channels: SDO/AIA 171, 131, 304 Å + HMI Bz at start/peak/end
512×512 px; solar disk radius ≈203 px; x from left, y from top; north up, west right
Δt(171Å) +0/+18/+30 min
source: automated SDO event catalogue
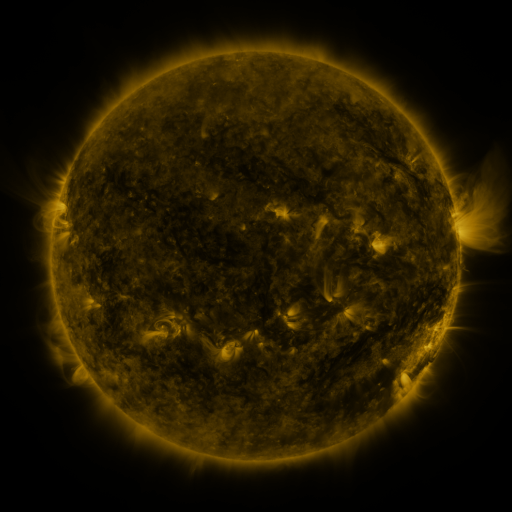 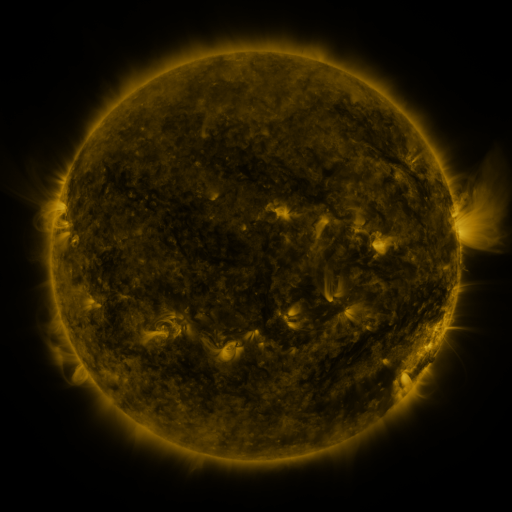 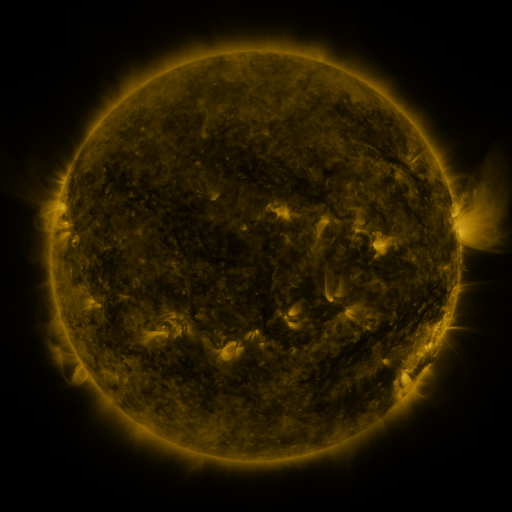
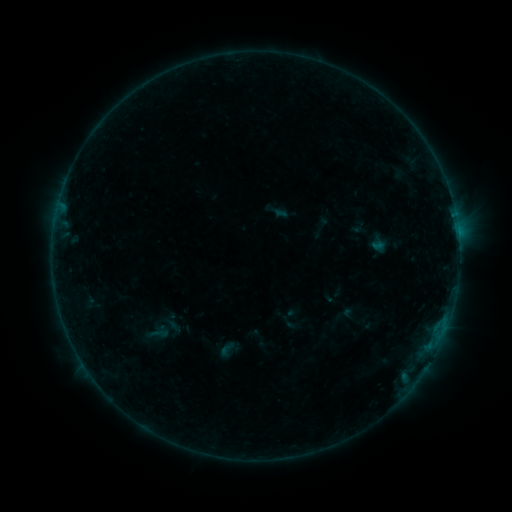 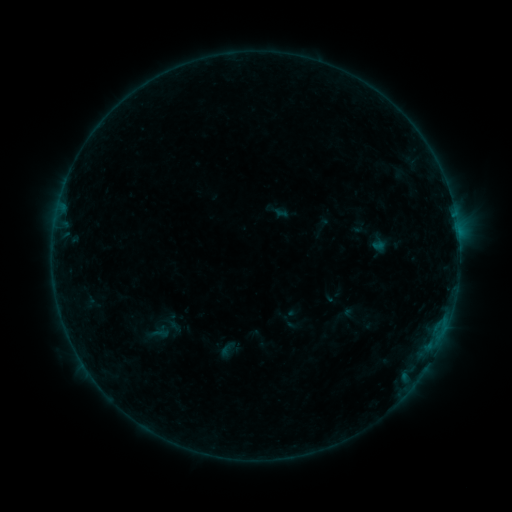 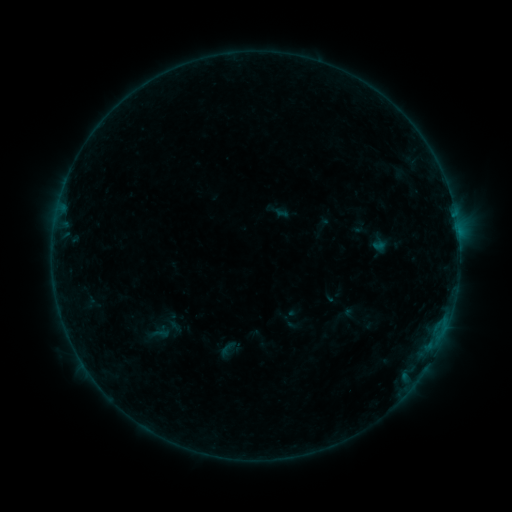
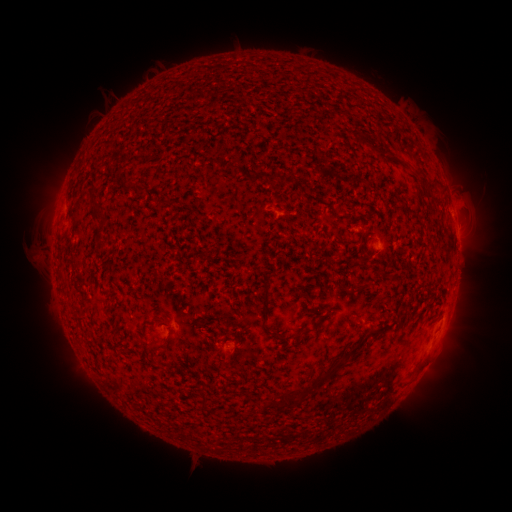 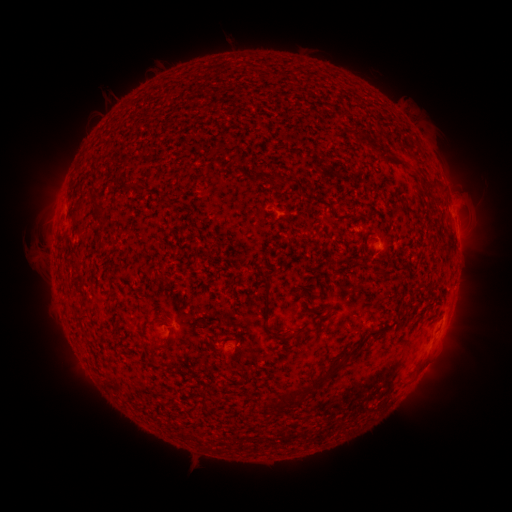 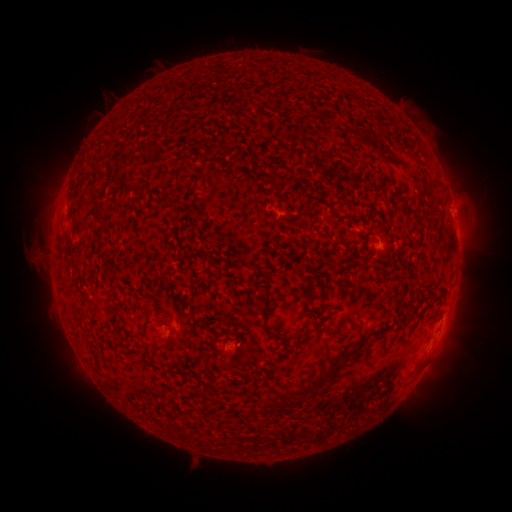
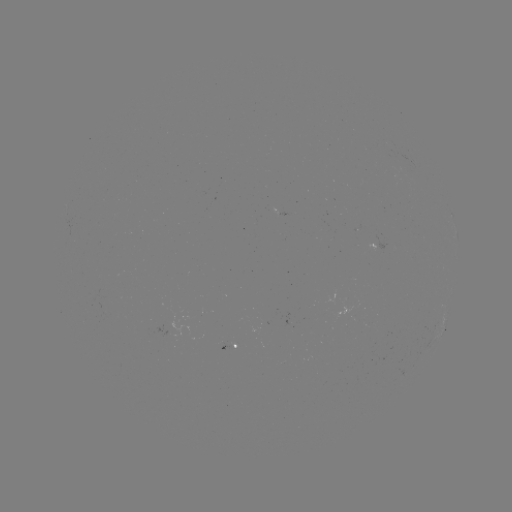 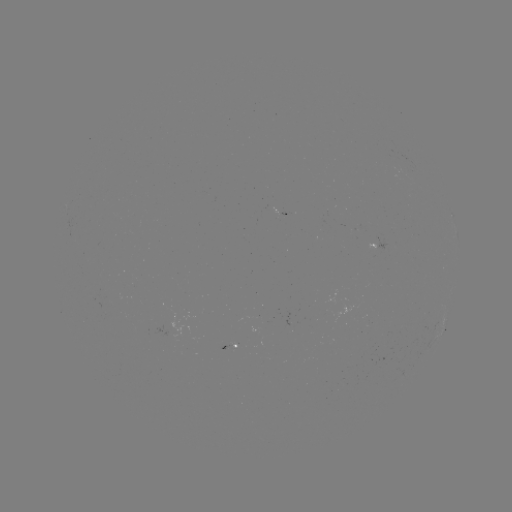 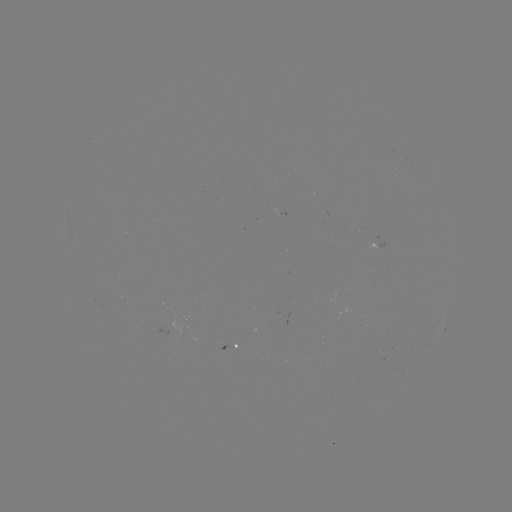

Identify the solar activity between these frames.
no catalogued flare and no flagged EUV brightening in this window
